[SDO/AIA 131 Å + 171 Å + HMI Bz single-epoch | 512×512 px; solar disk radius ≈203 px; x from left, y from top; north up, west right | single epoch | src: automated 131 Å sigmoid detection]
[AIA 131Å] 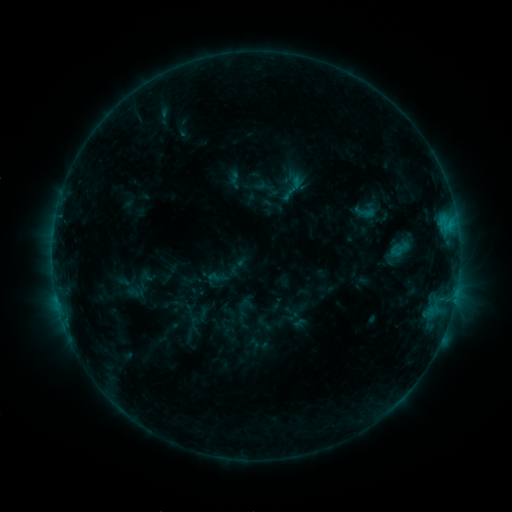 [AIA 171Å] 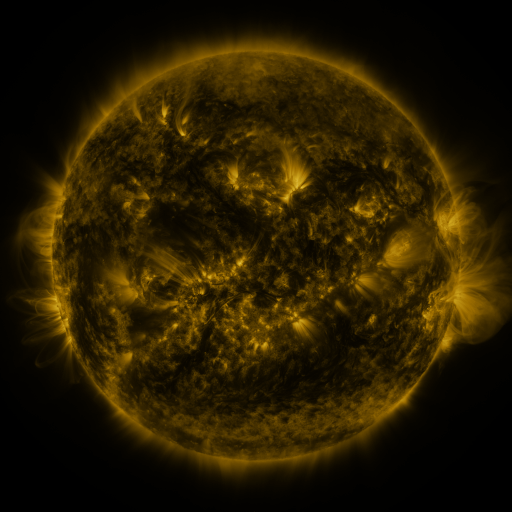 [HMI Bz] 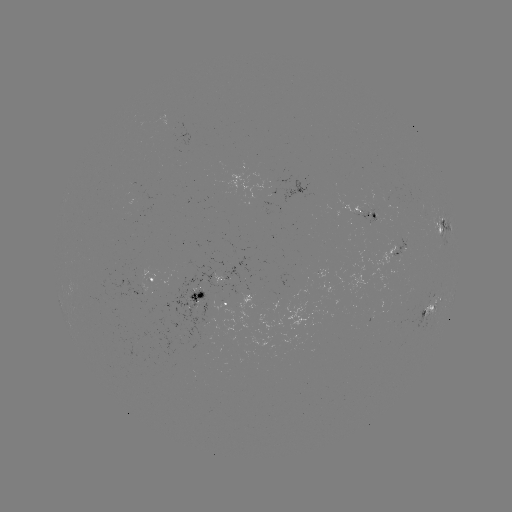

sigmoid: <bbox>351, 199, 378, 225</bbox>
